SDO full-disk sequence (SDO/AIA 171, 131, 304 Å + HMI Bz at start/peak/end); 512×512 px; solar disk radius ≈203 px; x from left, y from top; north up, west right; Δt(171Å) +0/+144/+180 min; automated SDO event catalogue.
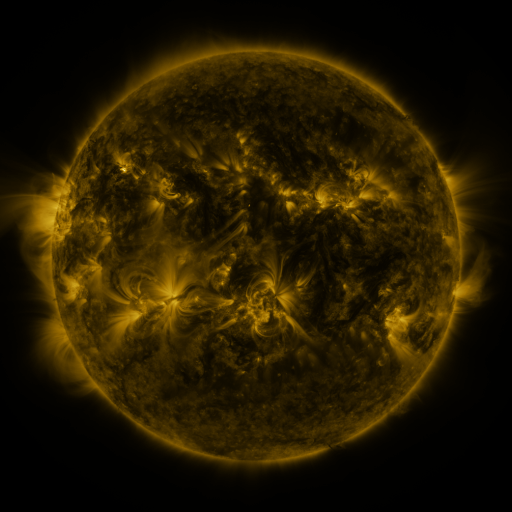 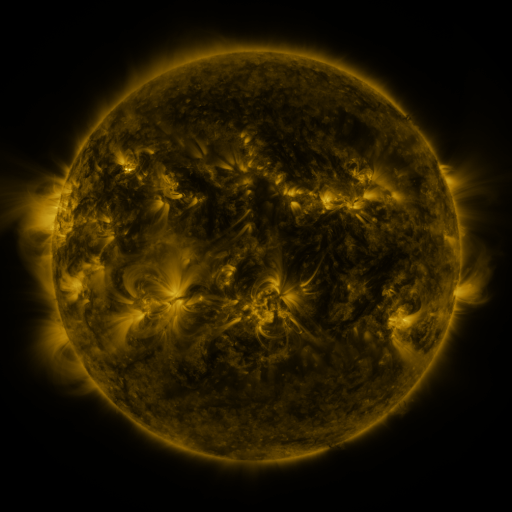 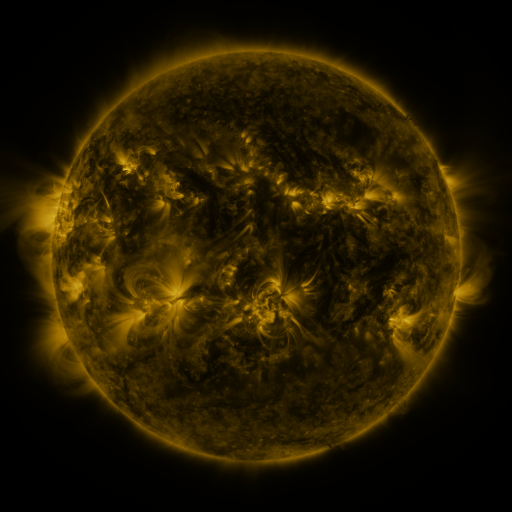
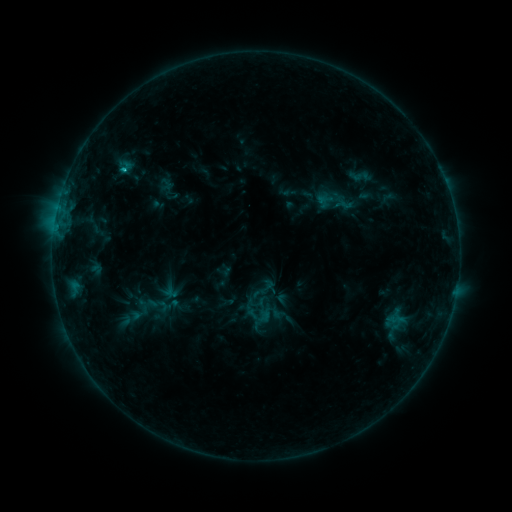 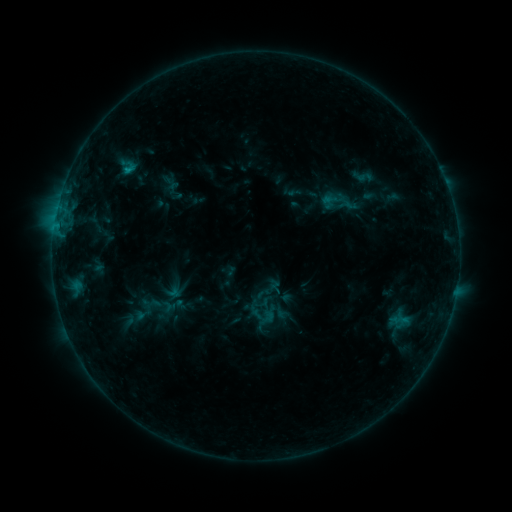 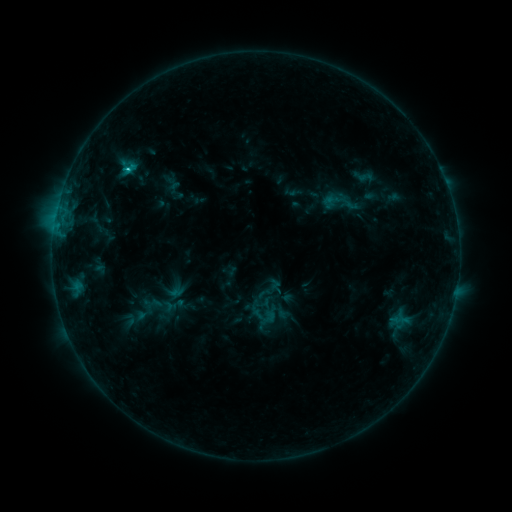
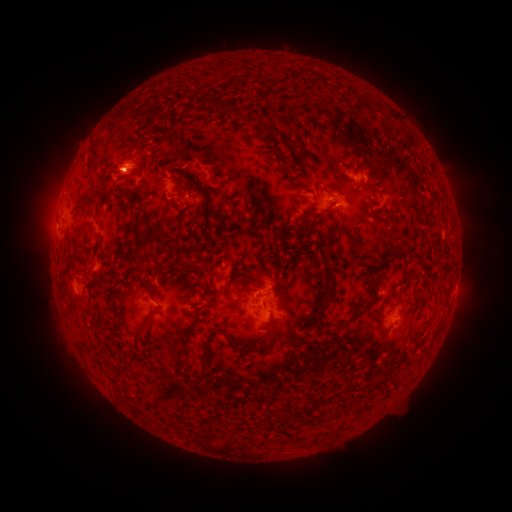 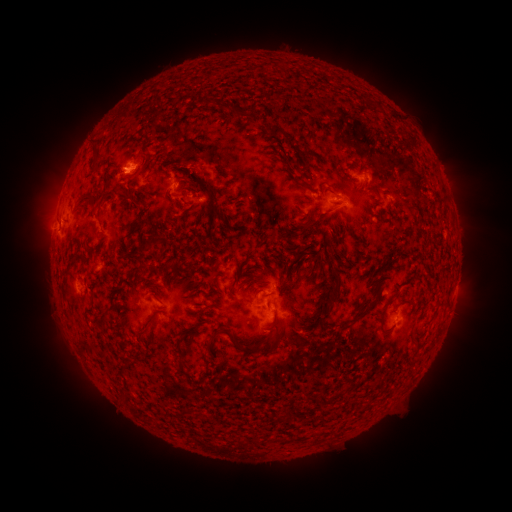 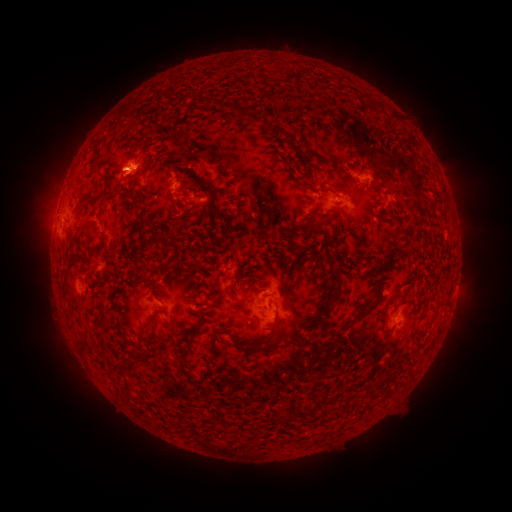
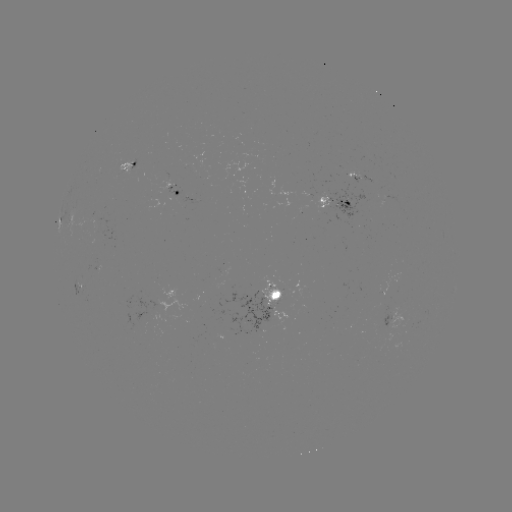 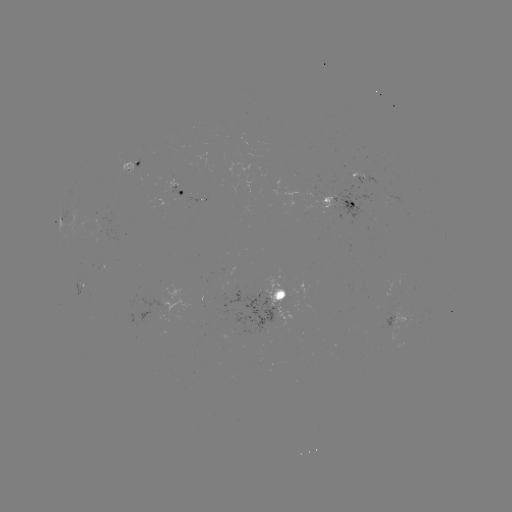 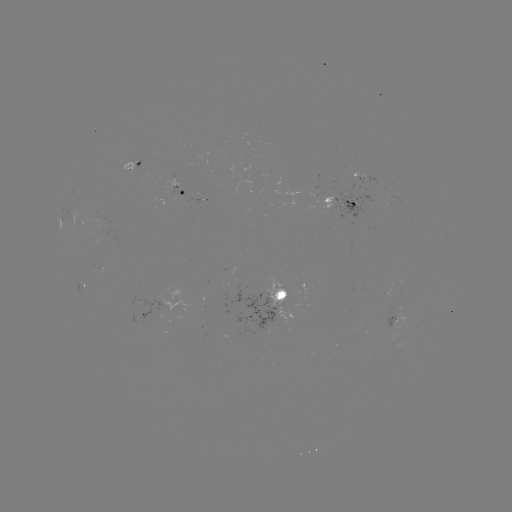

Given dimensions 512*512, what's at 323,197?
emerging-flux region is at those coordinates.